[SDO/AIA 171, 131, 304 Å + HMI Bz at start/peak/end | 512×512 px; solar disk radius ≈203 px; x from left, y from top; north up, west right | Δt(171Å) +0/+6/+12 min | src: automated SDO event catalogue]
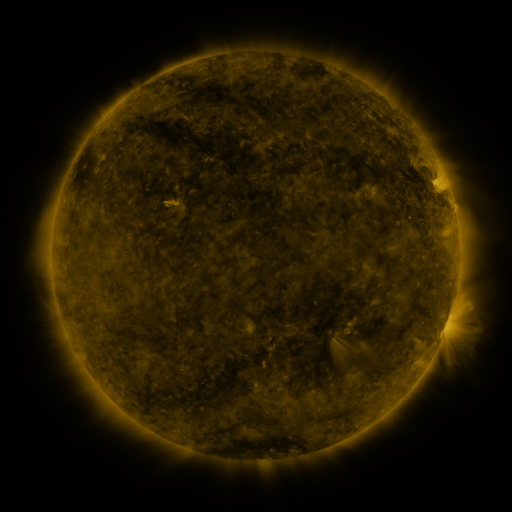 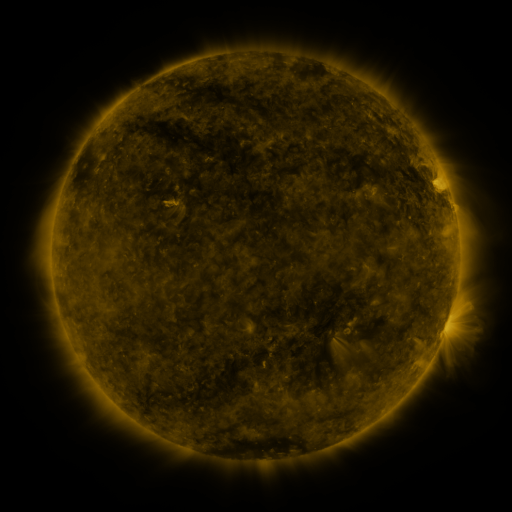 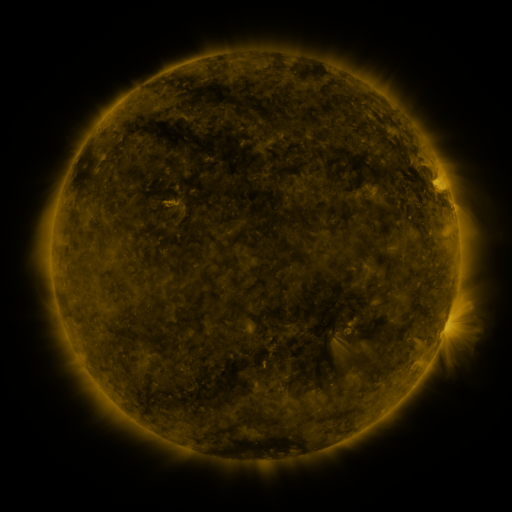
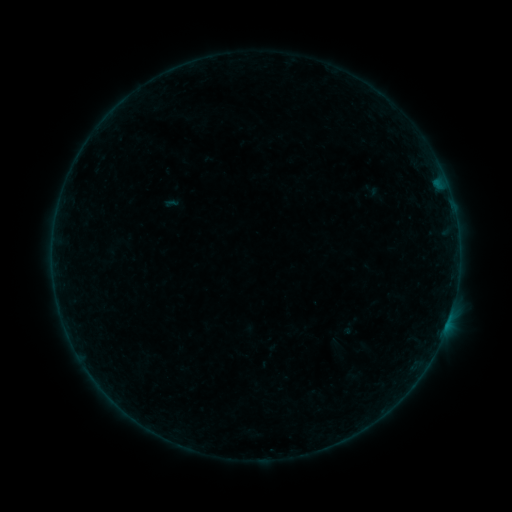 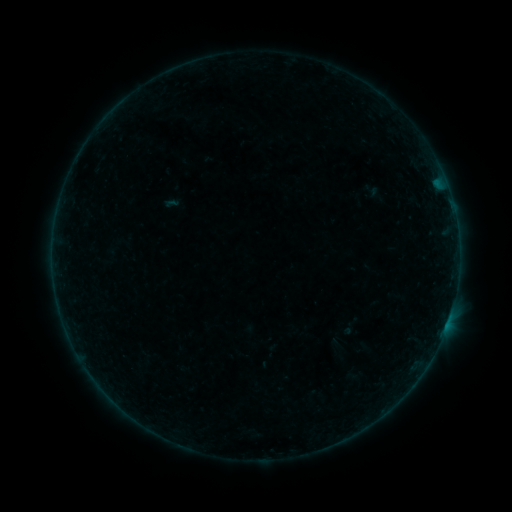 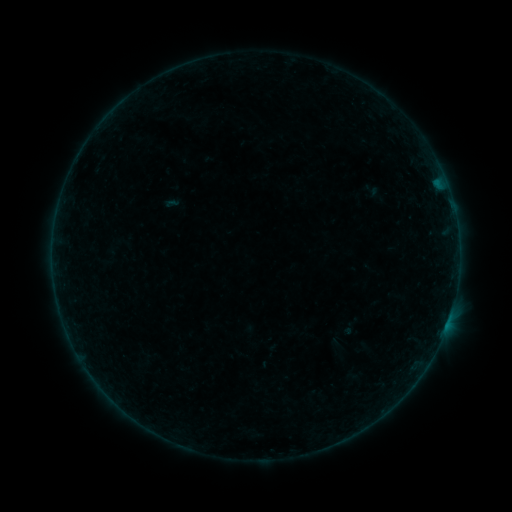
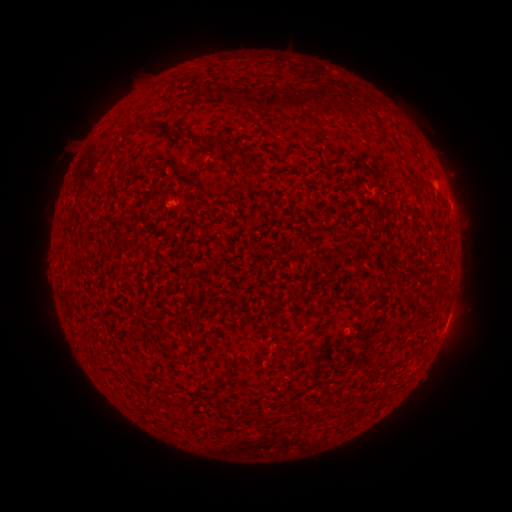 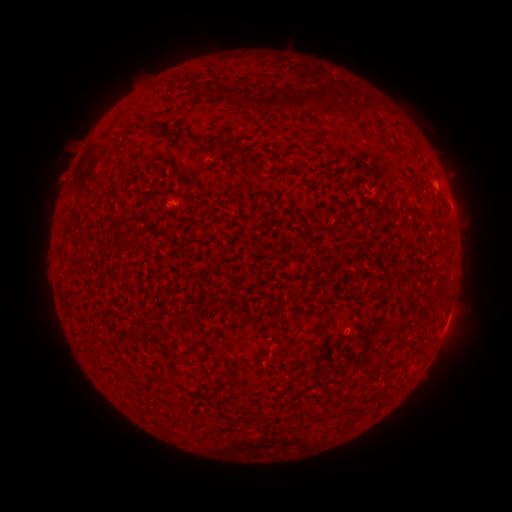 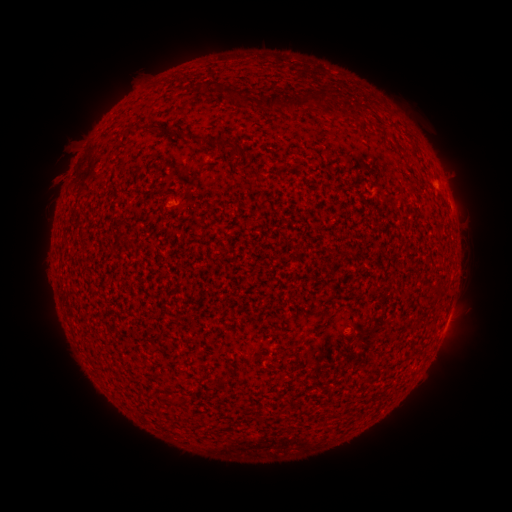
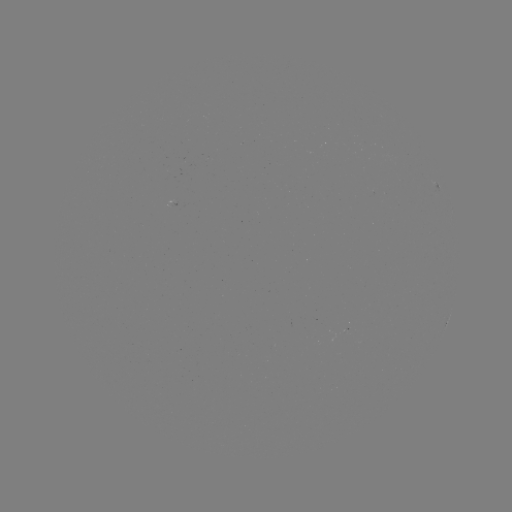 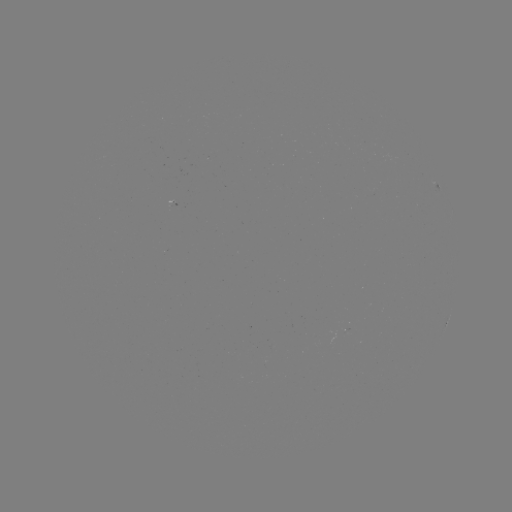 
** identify eruption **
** (57, 174) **